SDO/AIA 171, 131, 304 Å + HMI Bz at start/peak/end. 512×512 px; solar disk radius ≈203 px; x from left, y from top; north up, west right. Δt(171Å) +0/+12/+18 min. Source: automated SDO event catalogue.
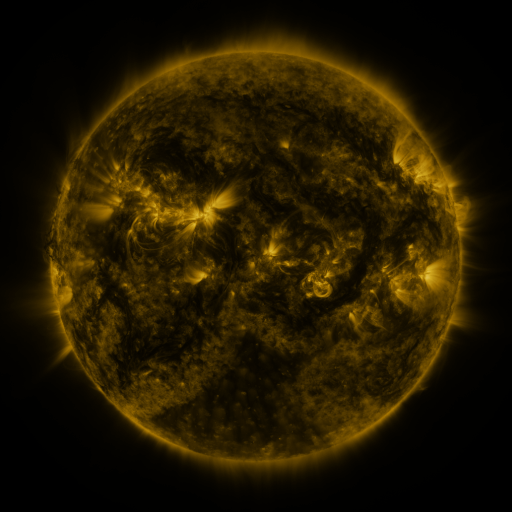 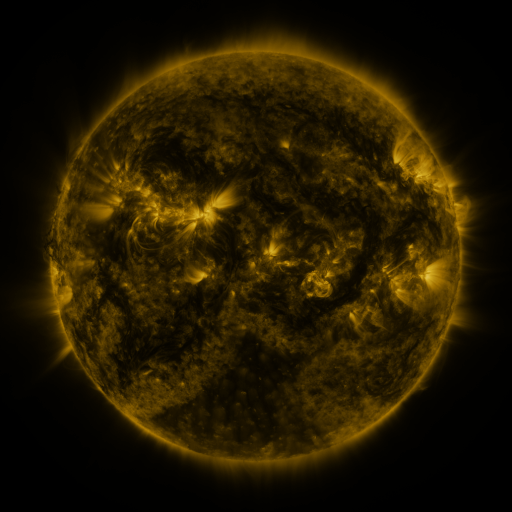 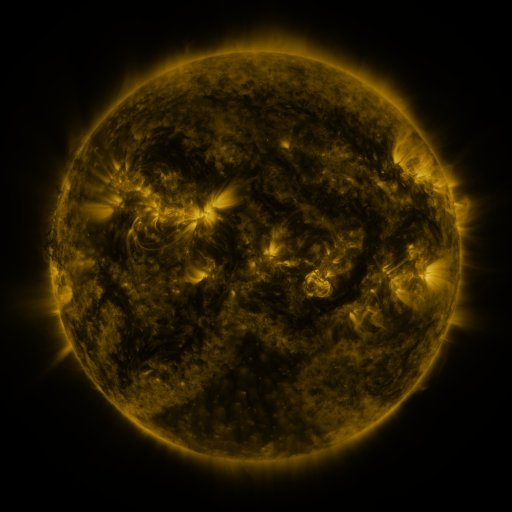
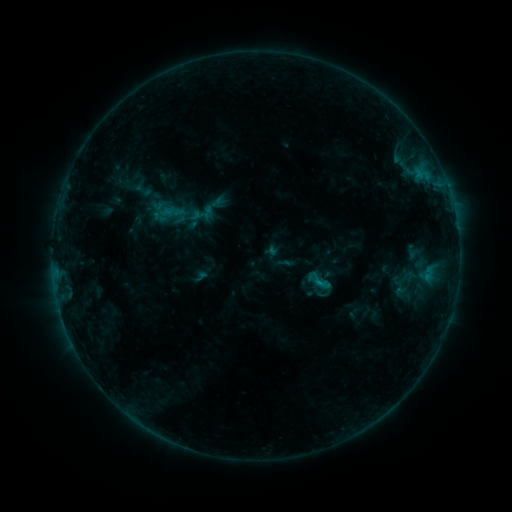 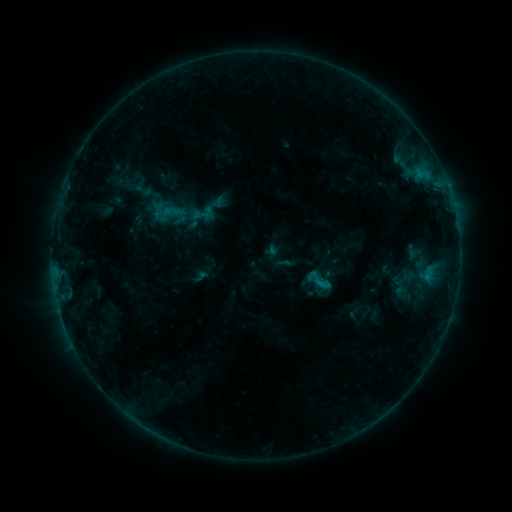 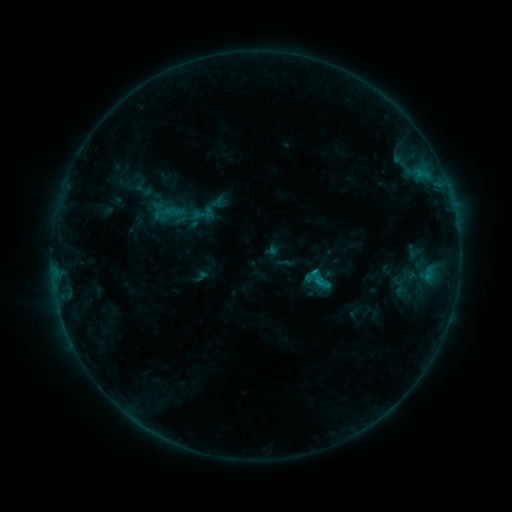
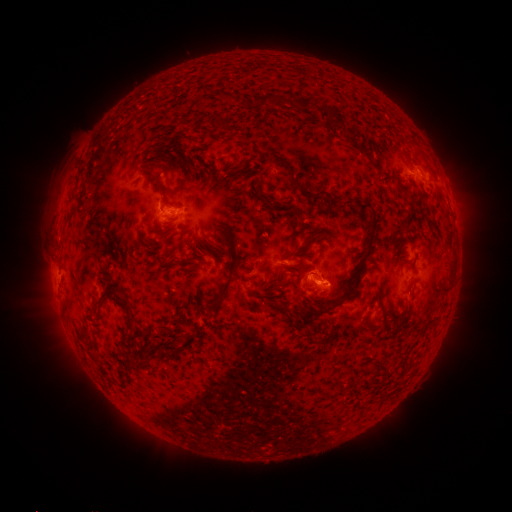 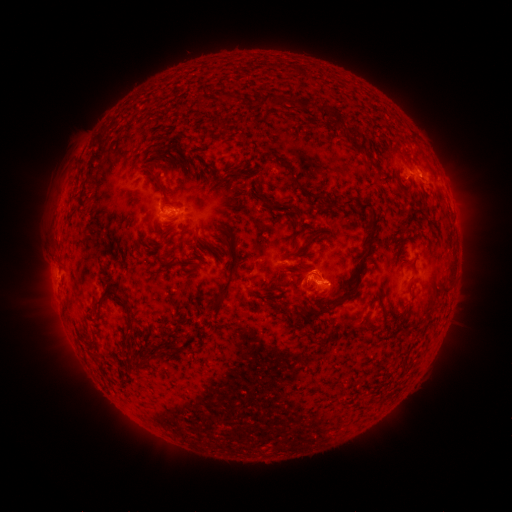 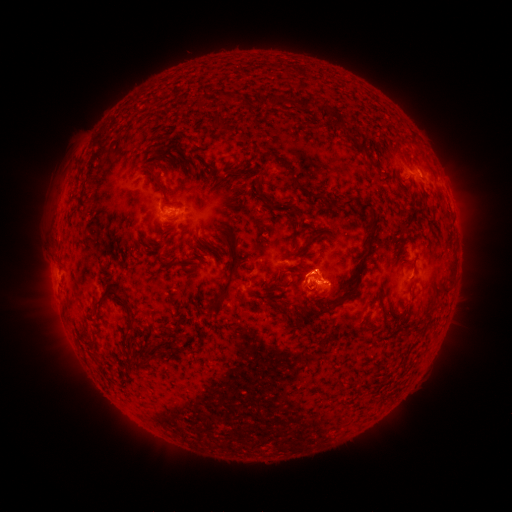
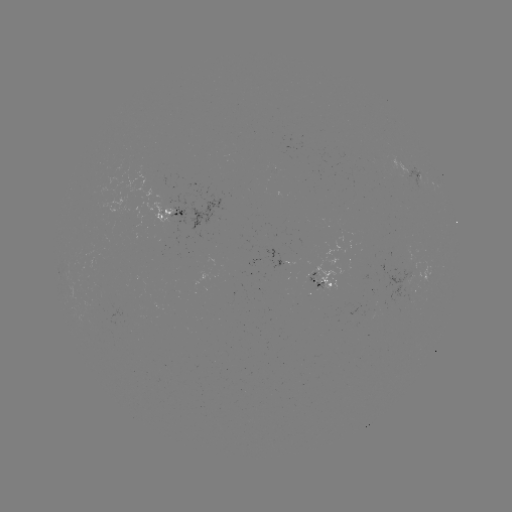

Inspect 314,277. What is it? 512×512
eruption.